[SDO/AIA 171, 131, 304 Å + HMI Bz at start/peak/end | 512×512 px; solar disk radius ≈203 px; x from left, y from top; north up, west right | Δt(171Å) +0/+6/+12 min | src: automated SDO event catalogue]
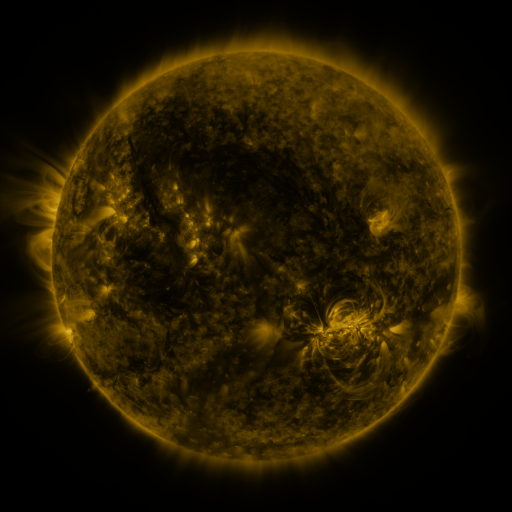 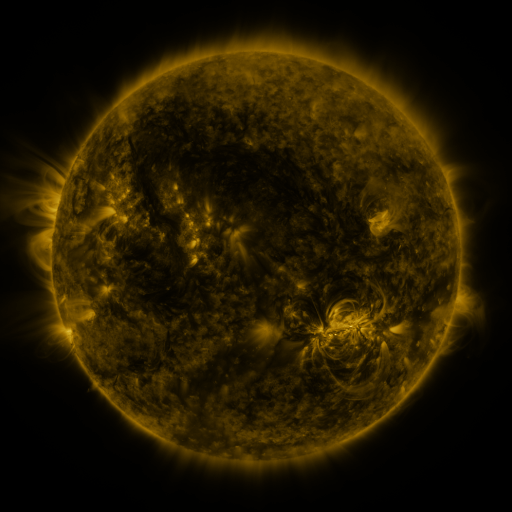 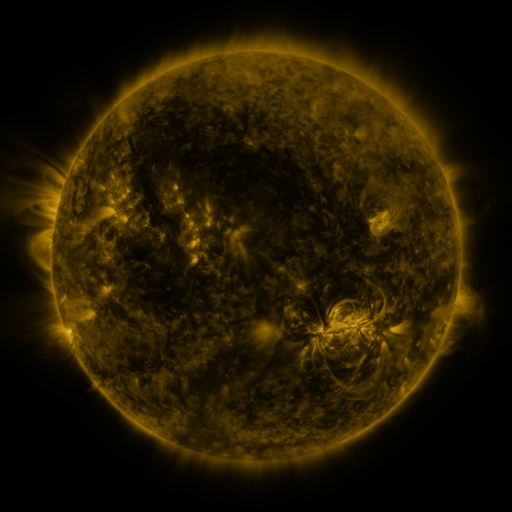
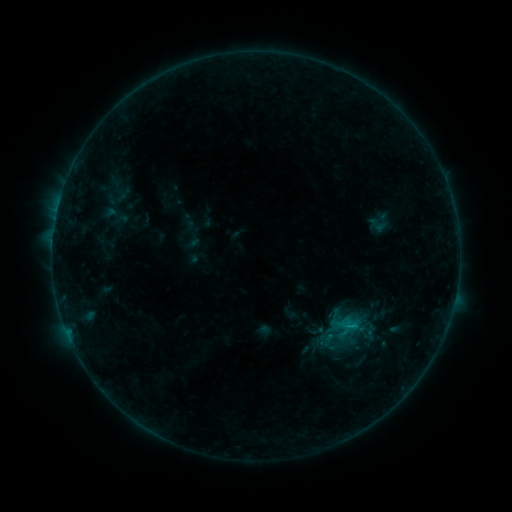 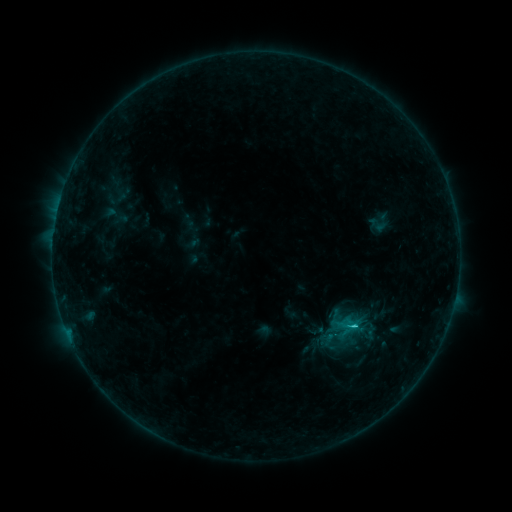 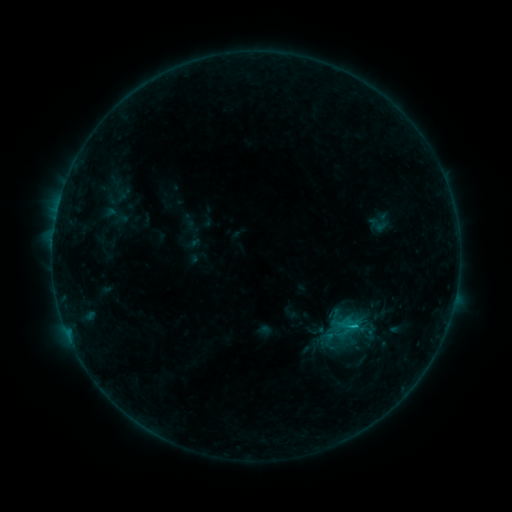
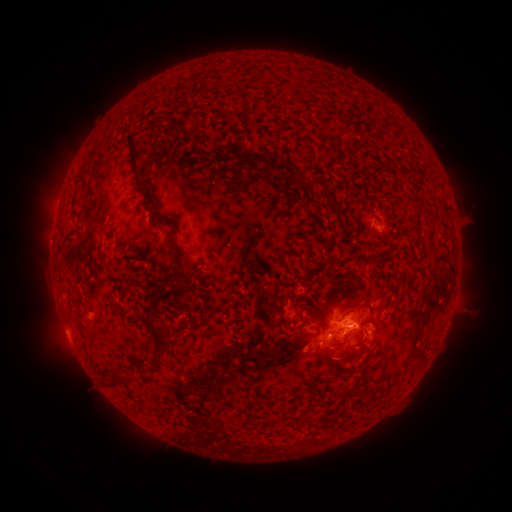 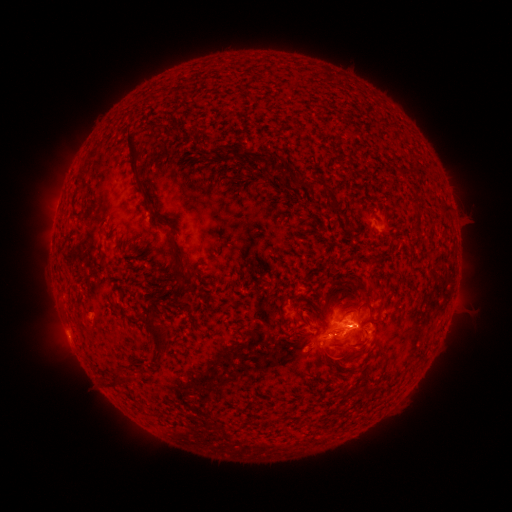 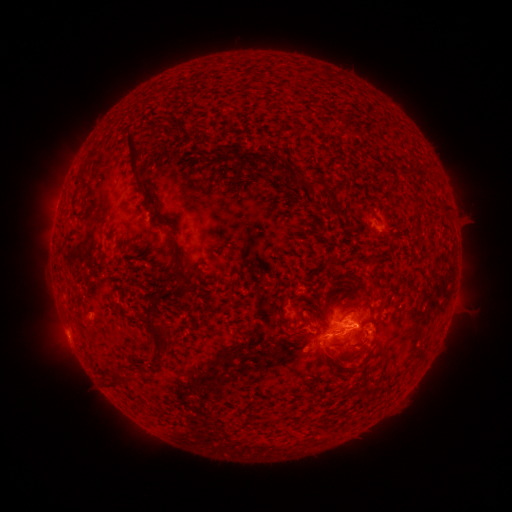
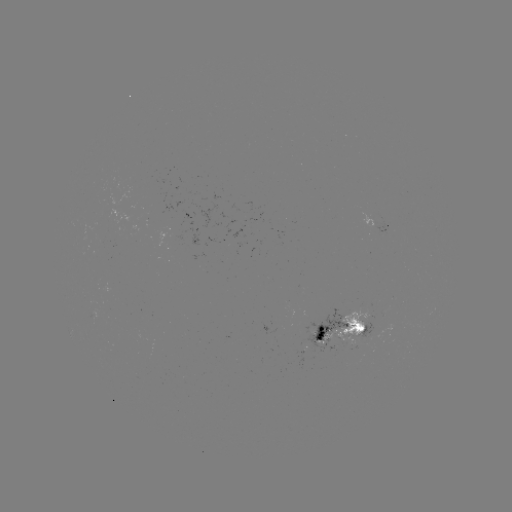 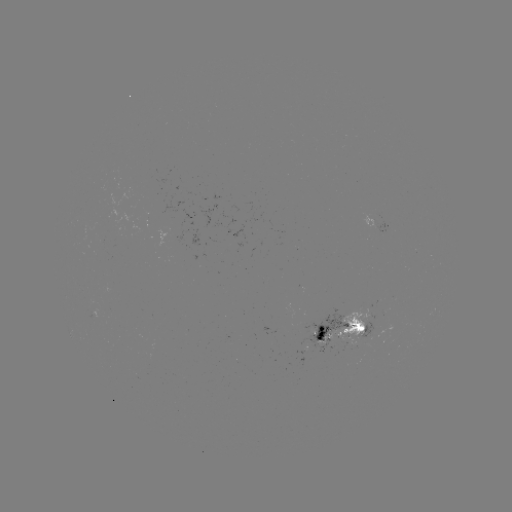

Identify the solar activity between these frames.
C1.0 flare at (322, 337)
